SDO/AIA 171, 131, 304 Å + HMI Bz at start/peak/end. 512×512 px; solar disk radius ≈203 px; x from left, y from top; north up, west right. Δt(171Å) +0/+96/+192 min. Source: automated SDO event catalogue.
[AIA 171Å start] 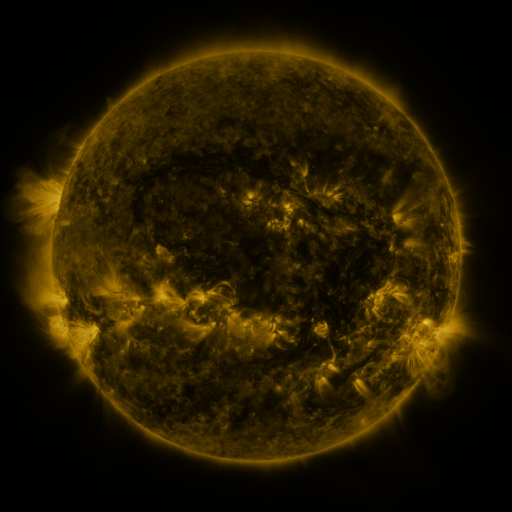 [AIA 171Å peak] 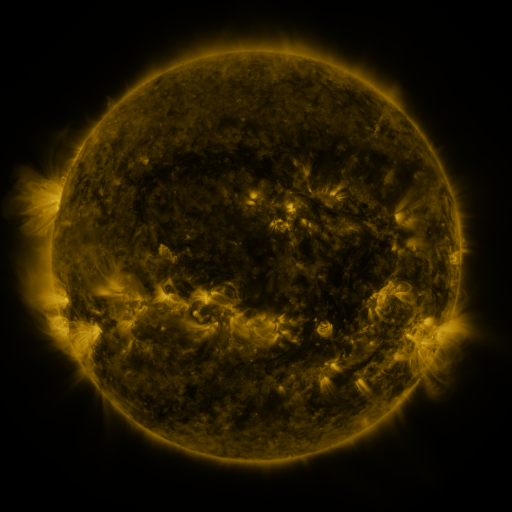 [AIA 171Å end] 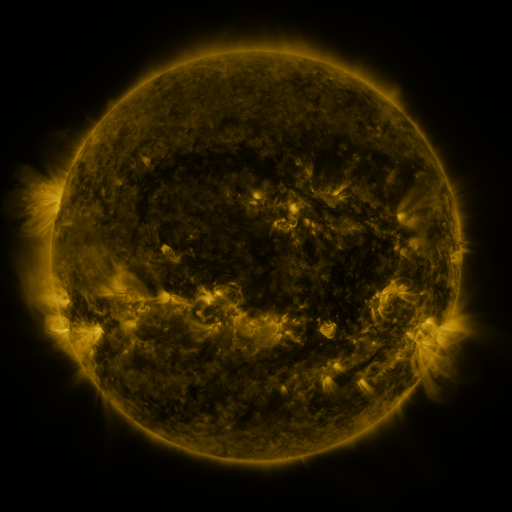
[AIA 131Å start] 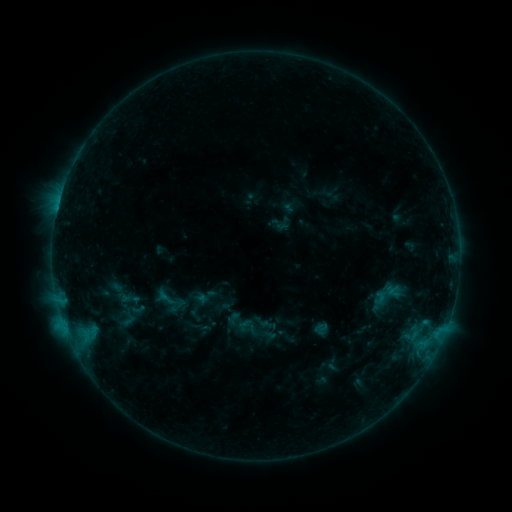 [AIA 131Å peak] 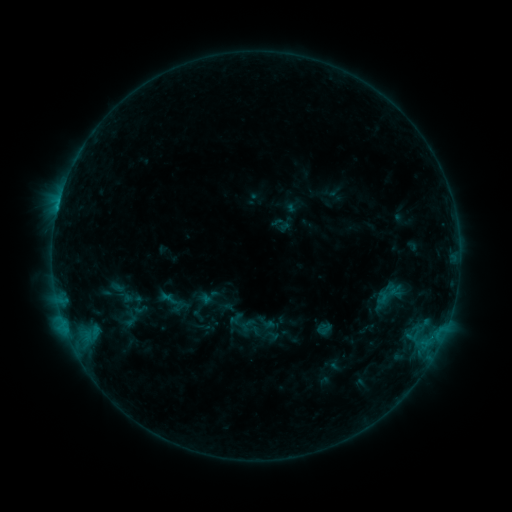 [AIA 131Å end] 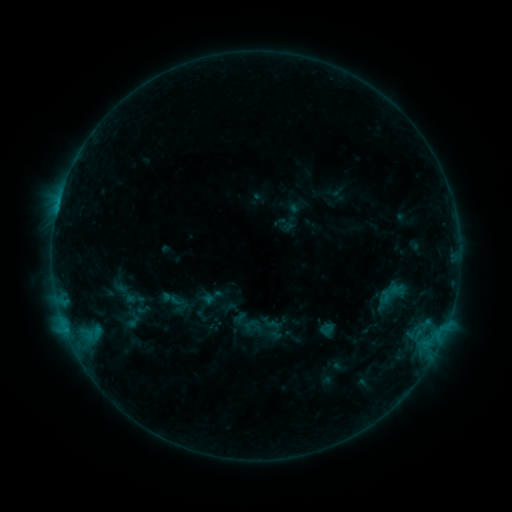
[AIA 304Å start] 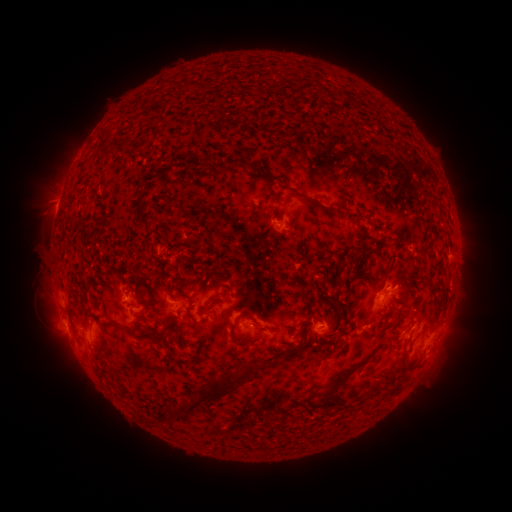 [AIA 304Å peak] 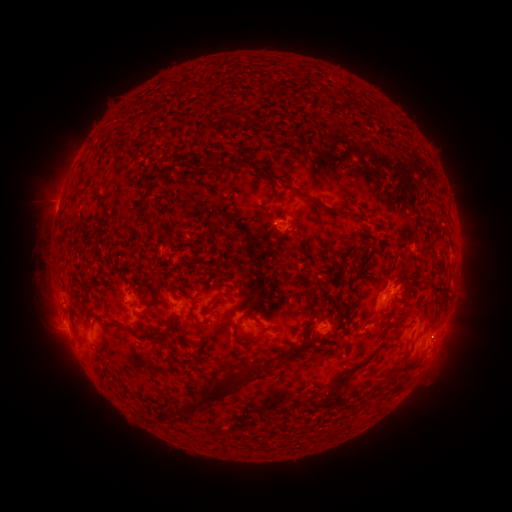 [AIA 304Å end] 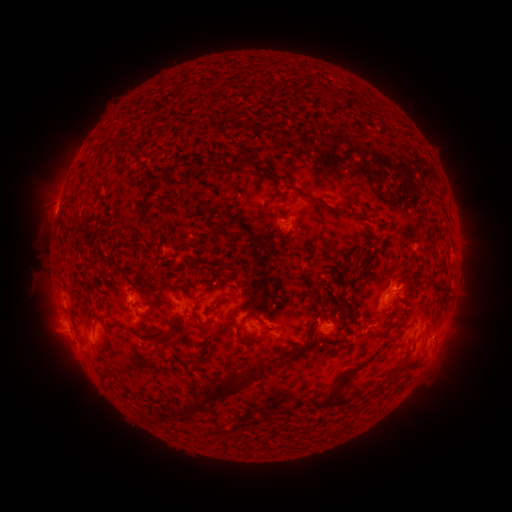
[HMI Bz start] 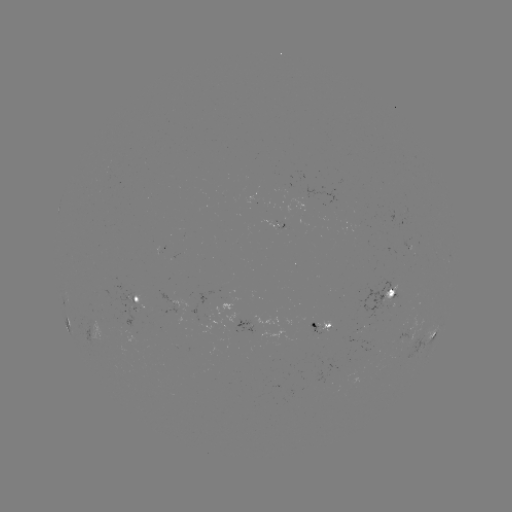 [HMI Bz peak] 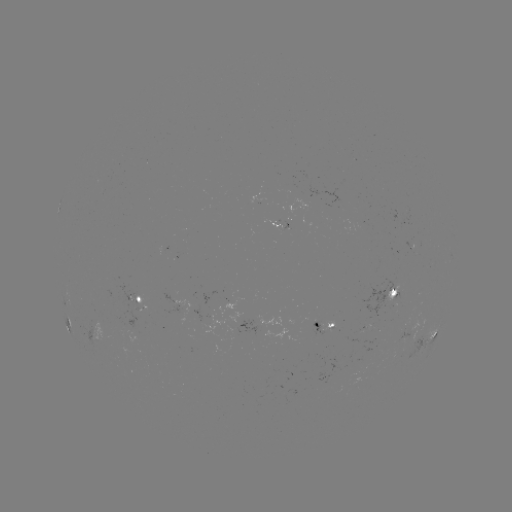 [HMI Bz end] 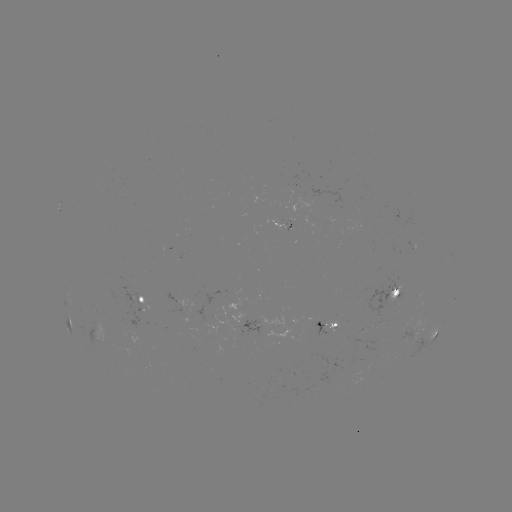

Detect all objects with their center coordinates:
filament eruption: (454, 354)
